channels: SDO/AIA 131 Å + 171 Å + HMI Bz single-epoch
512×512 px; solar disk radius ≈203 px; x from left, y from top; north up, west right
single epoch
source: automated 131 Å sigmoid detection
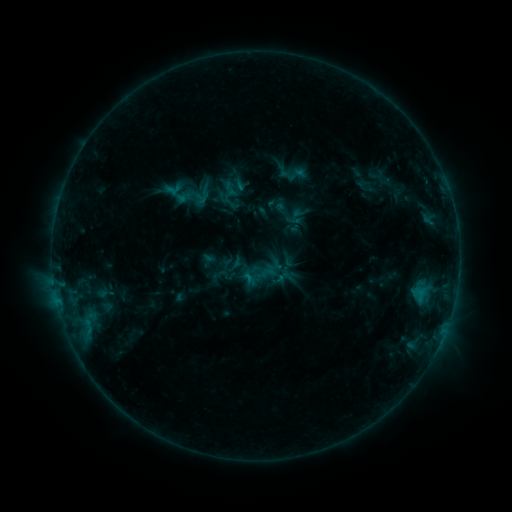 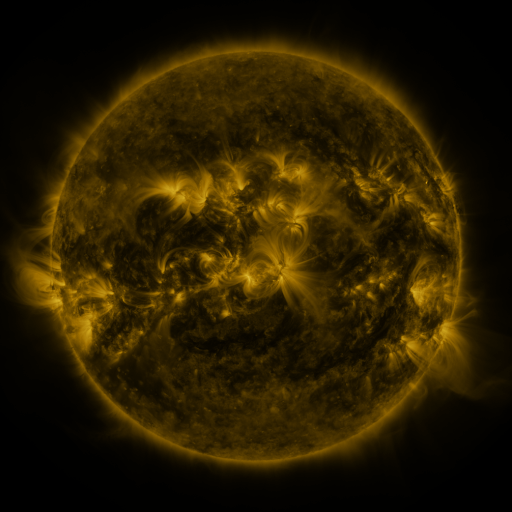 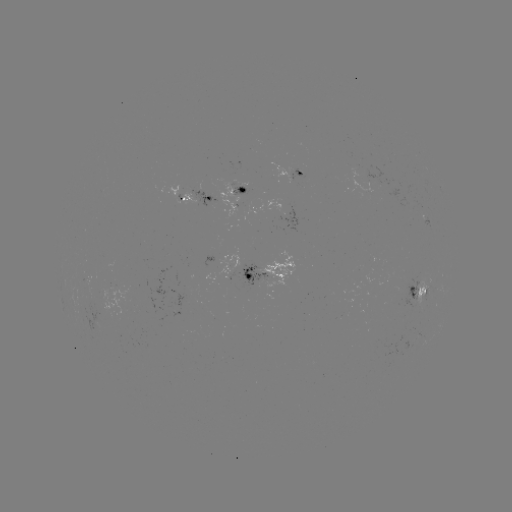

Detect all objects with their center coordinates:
sigmoid: [283, 206, 303, 226]
sigmoid: [259, 267, 278, 286]
